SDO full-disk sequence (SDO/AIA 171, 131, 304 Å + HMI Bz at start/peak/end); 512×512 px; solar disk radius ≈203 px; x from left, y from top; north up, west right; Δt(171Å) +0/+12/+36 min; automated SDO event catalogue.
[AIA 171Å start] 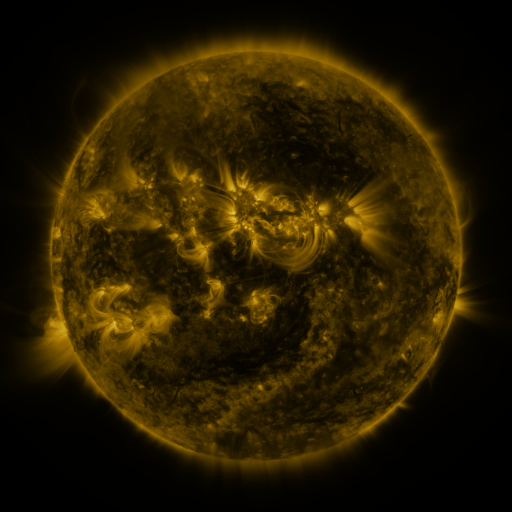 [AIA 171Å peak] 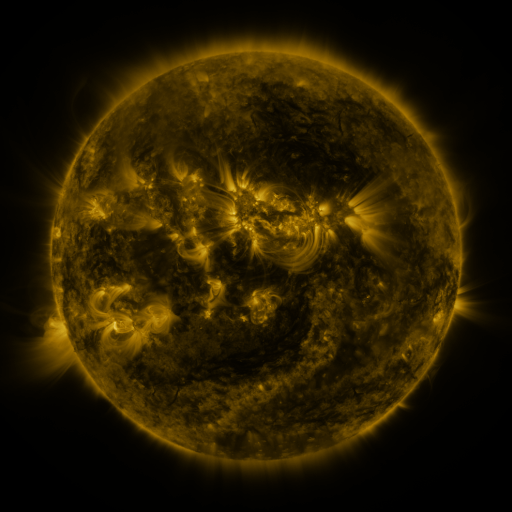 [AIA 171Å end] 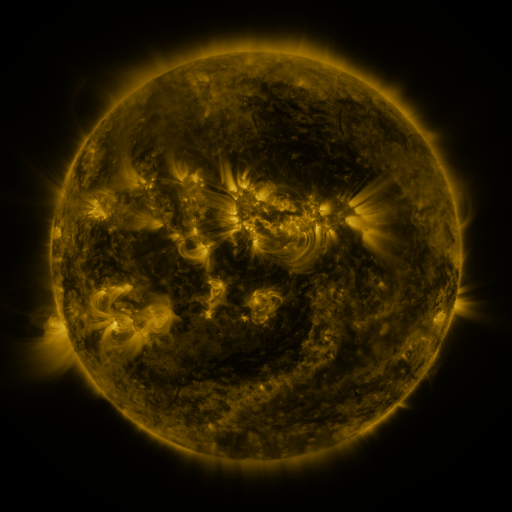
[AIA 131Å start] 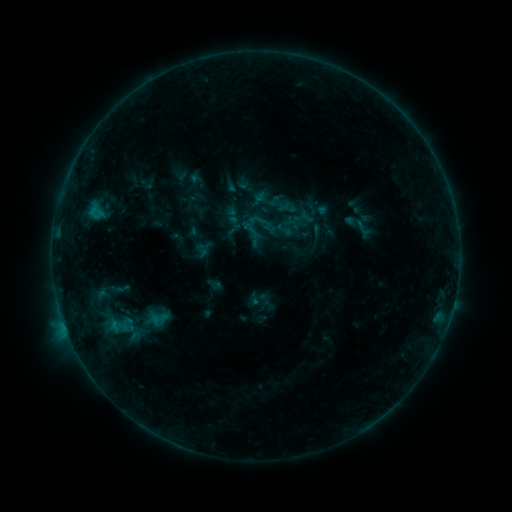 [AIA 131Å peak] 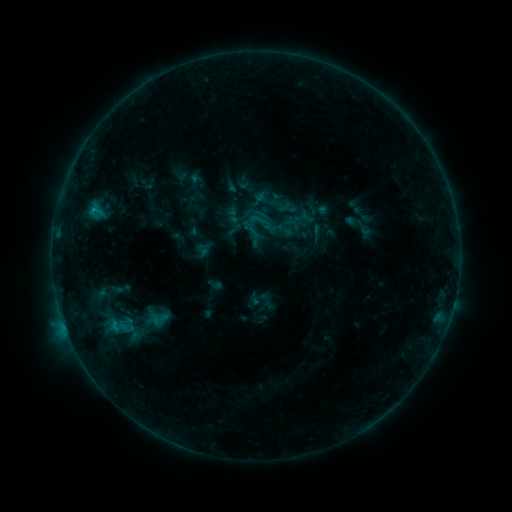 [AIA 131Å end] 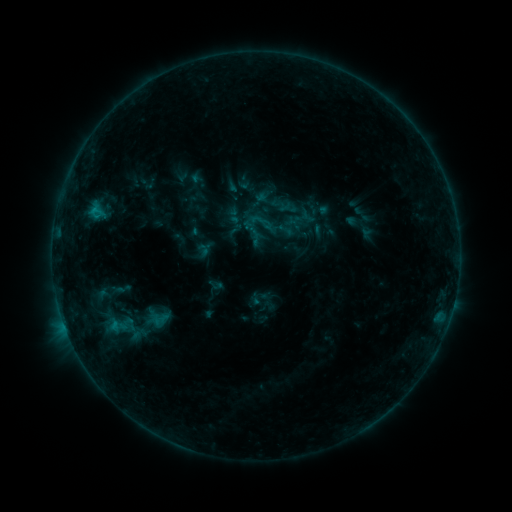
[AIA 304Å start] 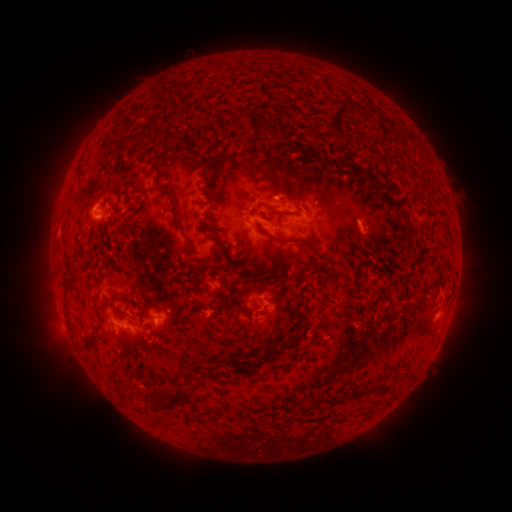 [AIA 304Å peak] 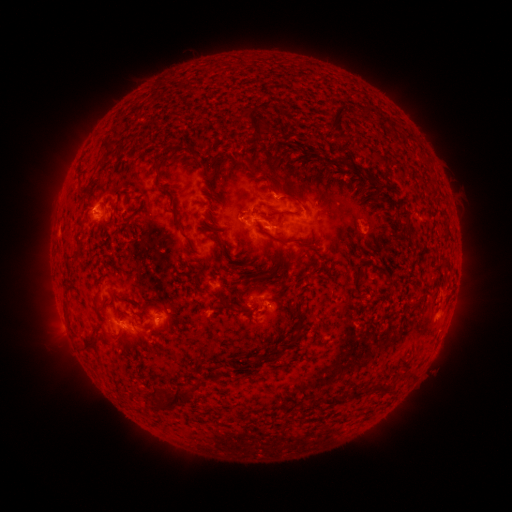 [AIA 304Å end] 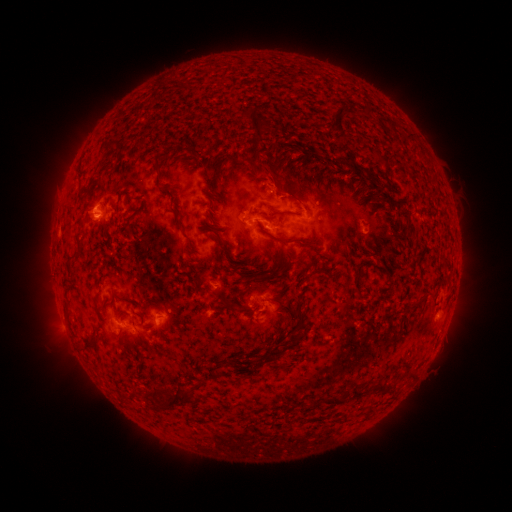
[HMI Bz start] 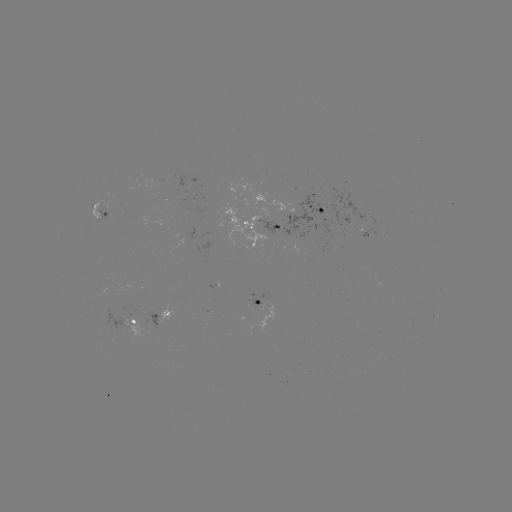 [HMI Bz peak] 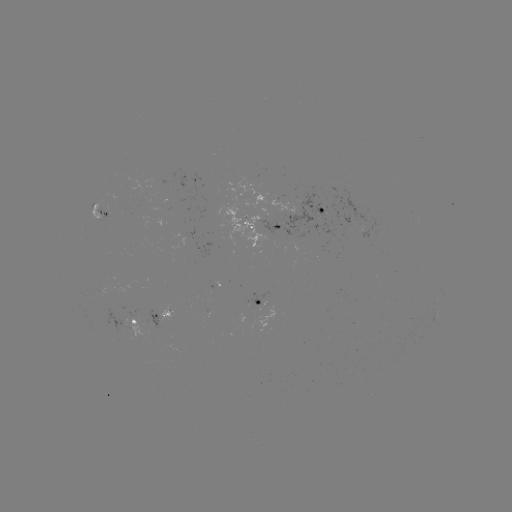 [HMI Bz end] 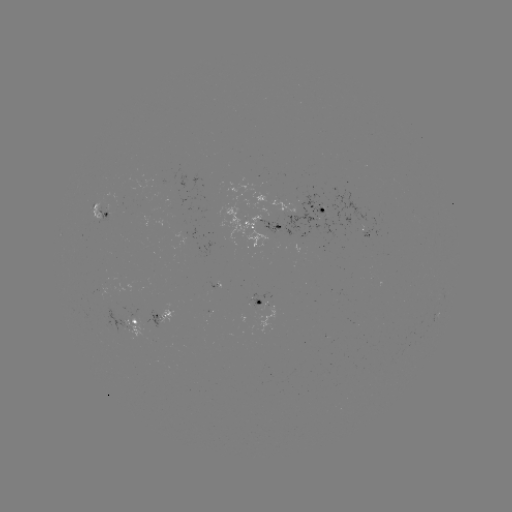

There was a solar flare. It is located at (94, 213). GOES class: B7.4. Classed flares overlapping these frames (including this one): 2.